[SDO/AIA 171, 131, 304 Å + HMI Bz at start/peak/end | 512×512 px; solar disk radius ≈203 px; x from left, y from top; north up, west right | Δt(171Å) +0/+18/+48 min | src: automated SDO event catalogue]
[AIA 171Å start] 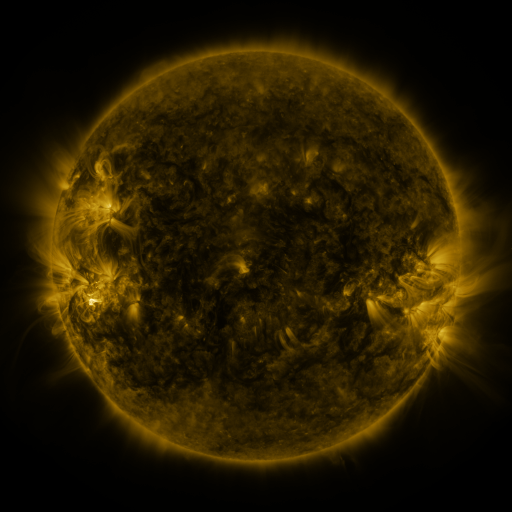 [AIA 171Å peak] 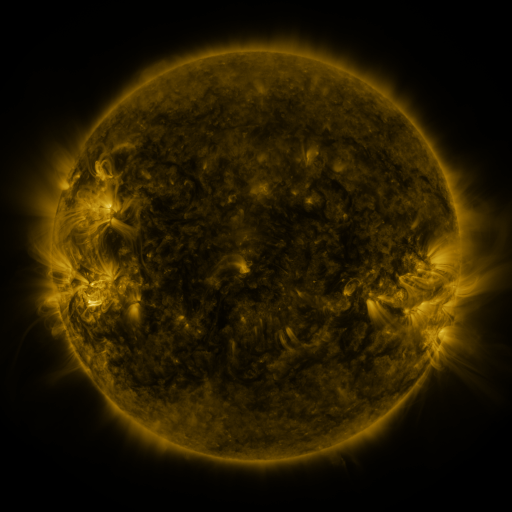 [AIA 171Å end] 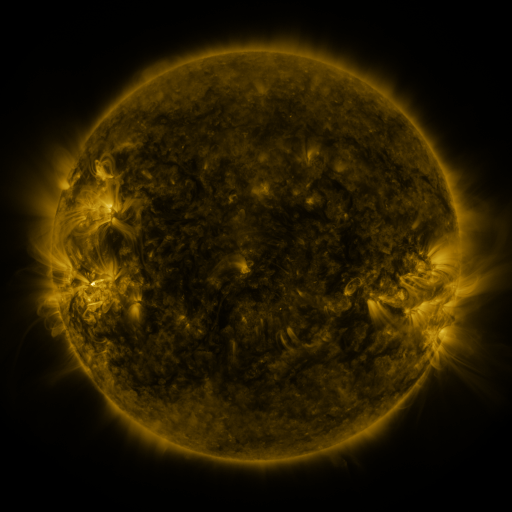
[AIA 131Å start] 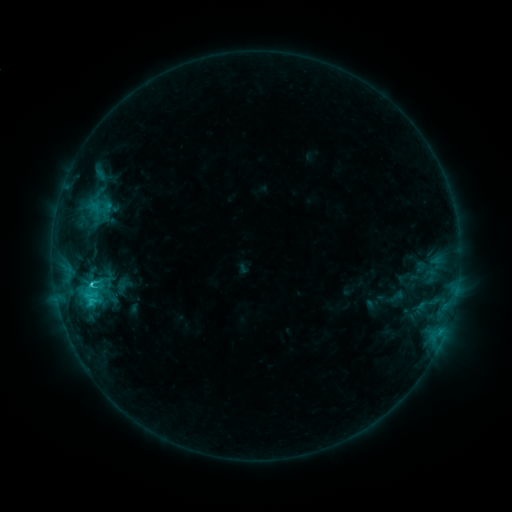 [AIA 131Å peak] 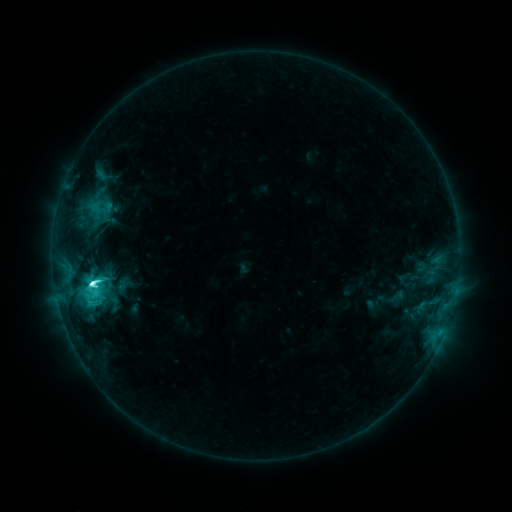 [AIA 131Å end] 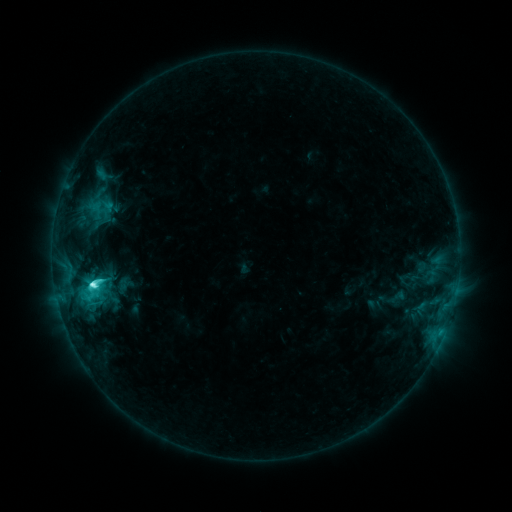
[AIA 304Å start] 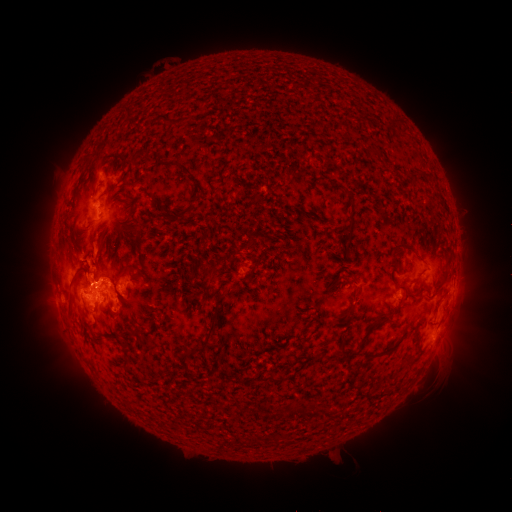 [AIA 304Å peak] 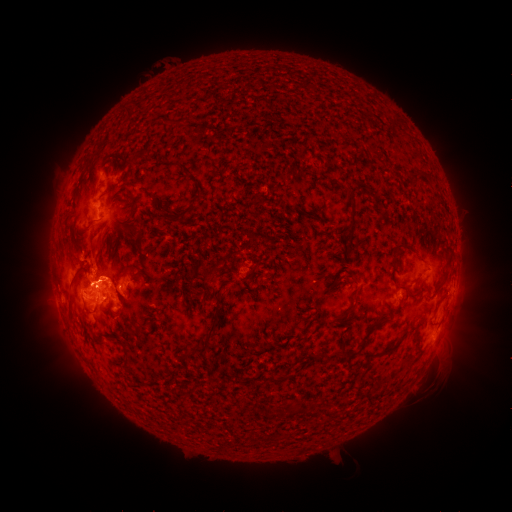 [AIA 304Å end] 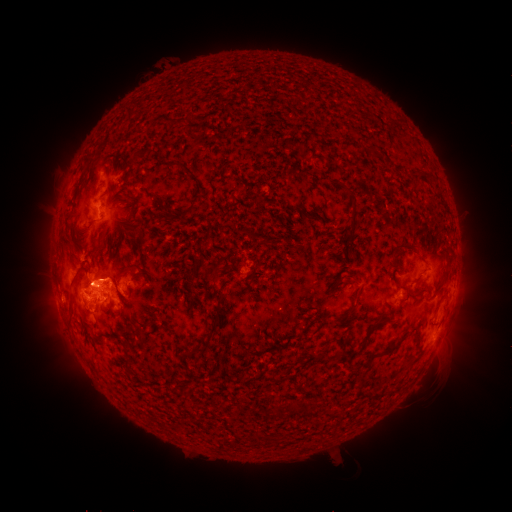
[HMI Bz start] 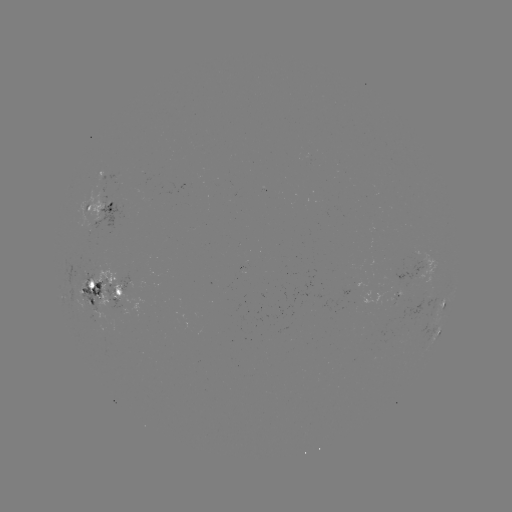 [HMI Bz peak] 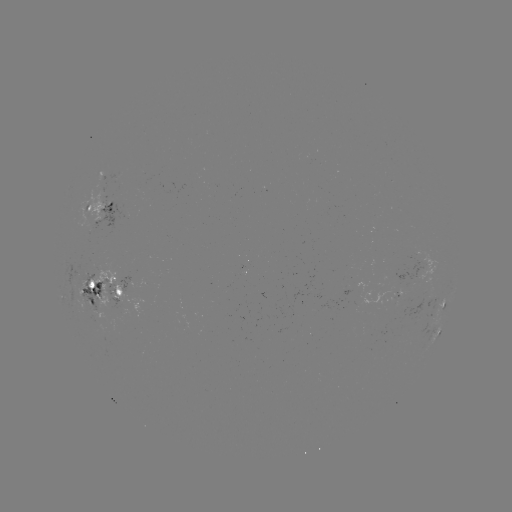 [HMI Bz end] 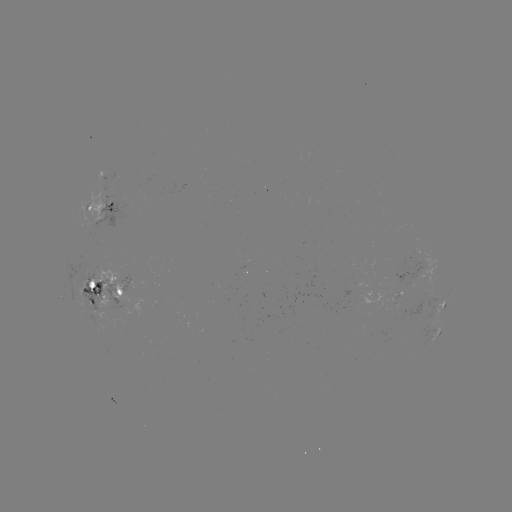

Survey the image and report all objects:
M1.1 flare: (94, 282)
